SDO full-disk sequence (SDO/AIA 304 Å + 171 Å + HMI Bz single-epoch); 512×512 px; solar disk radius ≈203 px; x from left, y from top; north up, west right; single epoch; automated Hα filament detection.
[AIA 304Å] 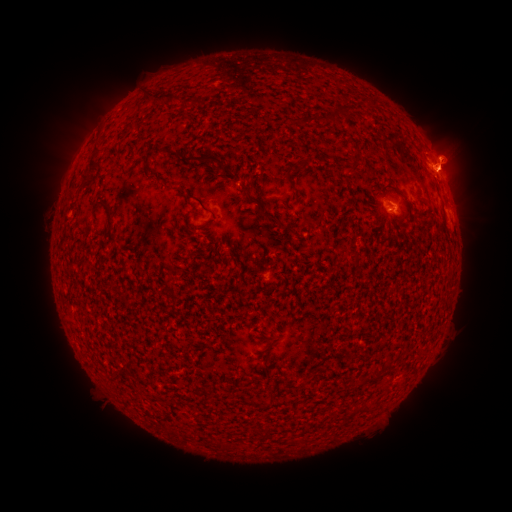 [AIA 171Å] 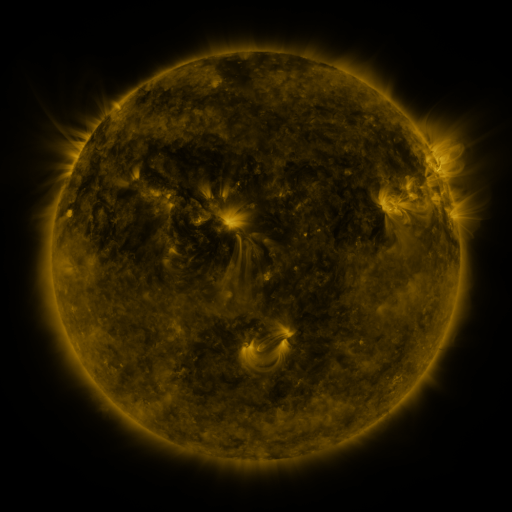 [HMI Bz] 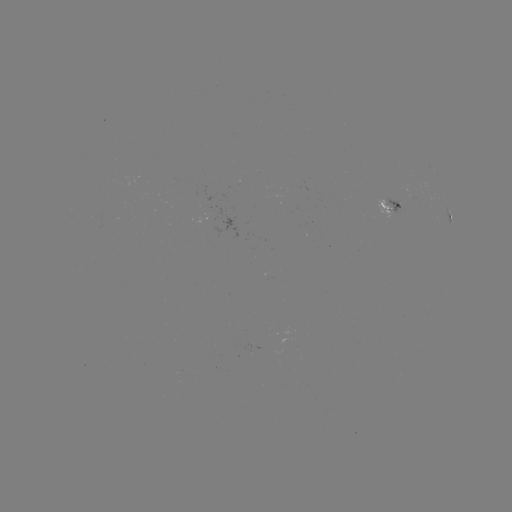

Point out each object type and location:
filament: (163, 97)
filament: (340, 112)
filament: (306, 123)
filament: (94, 156)
filament: (212, 158)
filament: (296, 194)
filament: (205, 208)
filament: (110, 214)
filament: (269, 216)
filament: (219, 241)
filament: (352, 254)
